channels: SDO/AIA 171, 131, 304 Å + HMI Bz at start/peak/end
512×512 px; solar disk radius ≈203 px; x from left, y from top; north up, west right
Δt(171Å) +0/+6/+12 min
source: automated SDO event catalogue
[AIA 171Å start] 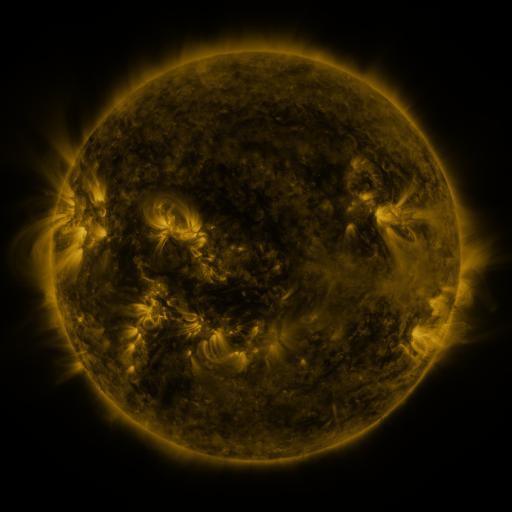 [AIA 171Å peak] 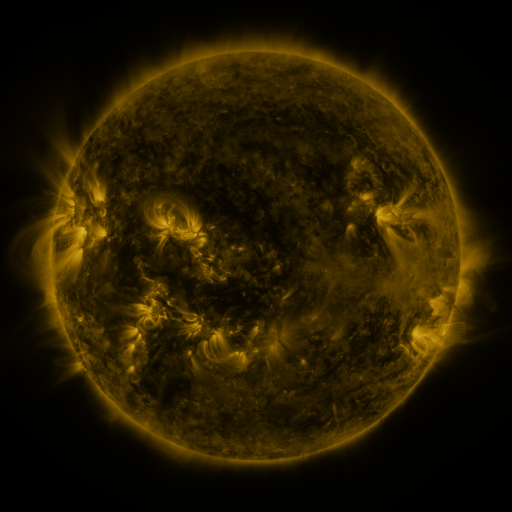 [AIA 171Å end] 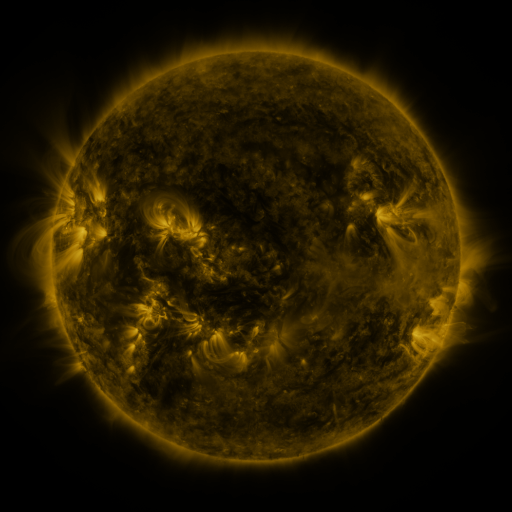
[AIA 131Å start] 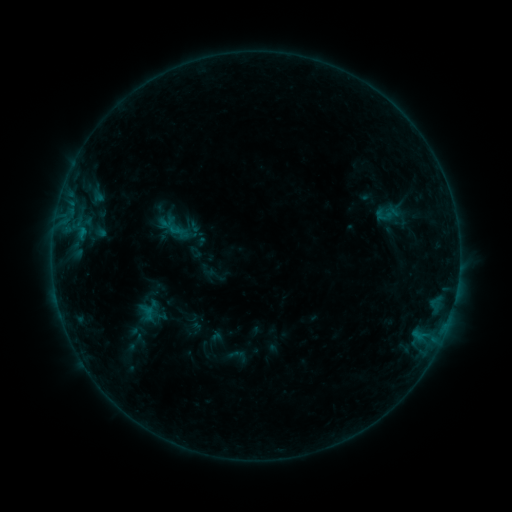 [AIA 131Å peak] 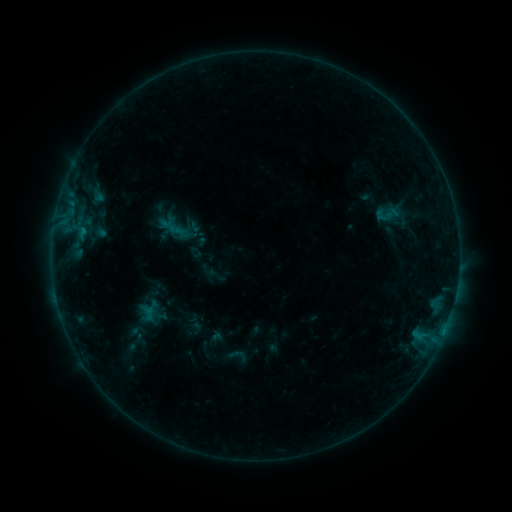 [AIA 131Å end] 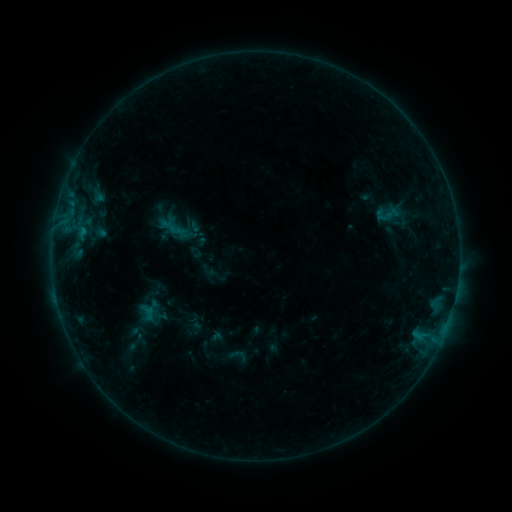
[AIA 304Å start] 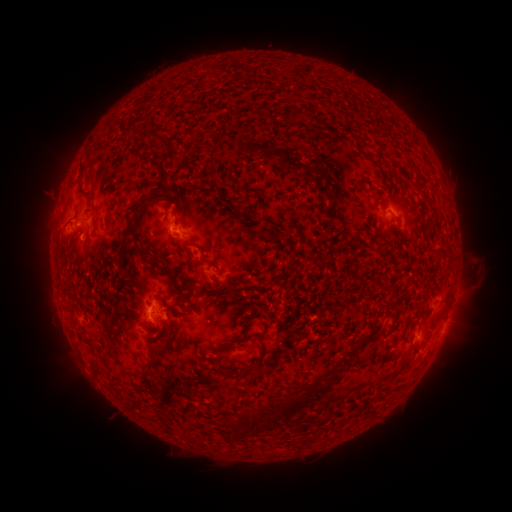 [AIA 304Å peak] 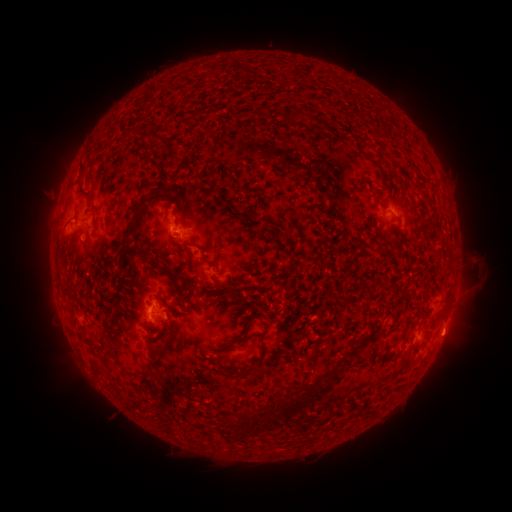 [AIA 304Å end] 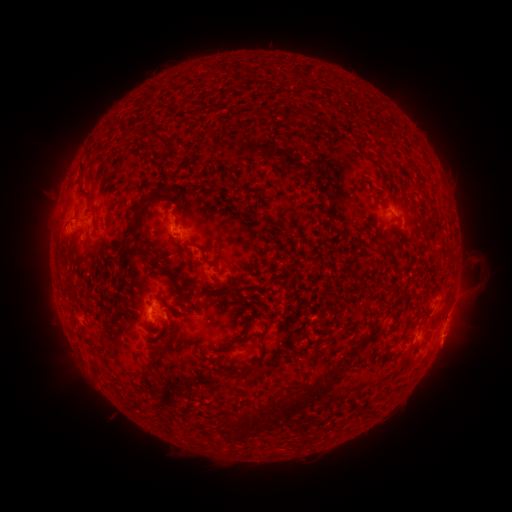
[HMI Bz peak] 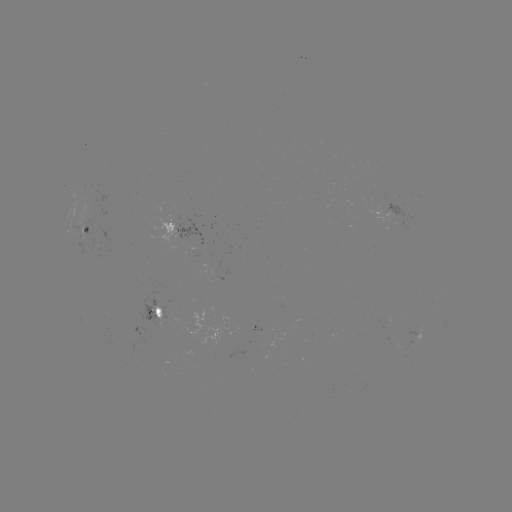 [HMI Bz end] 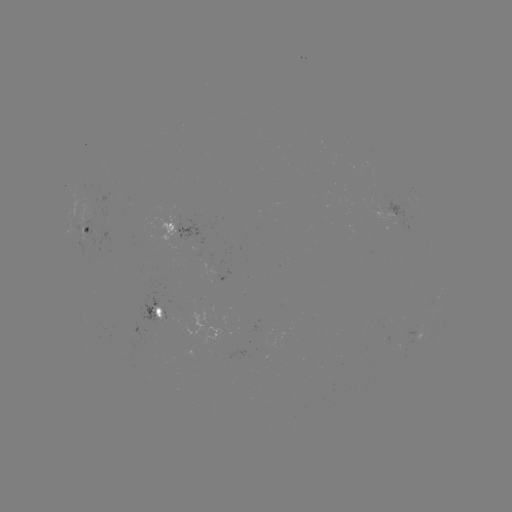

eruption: (429, 306, 480, 363)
